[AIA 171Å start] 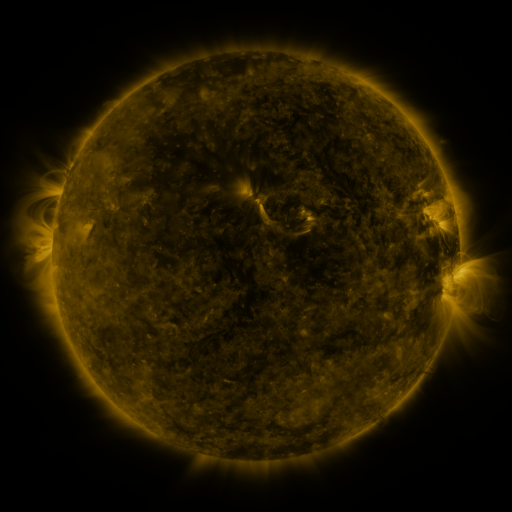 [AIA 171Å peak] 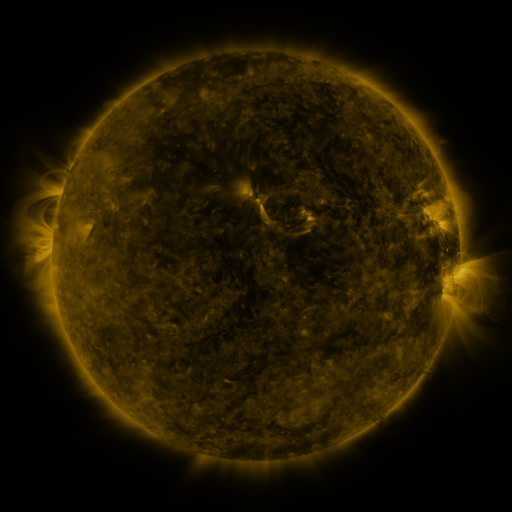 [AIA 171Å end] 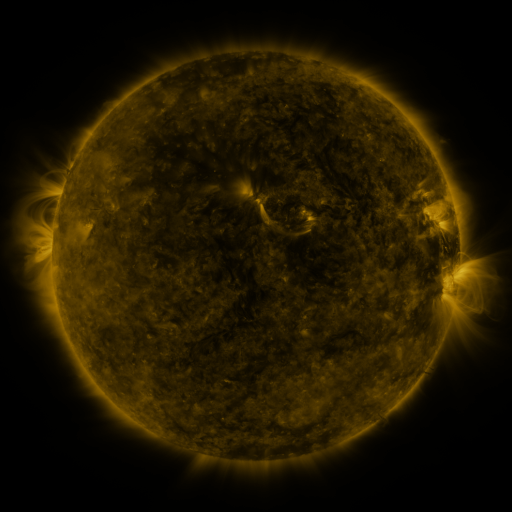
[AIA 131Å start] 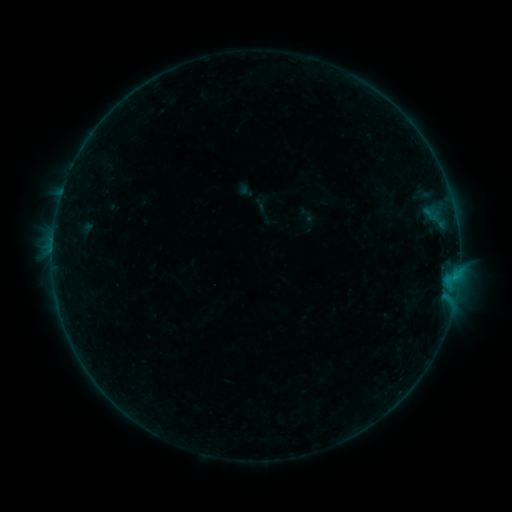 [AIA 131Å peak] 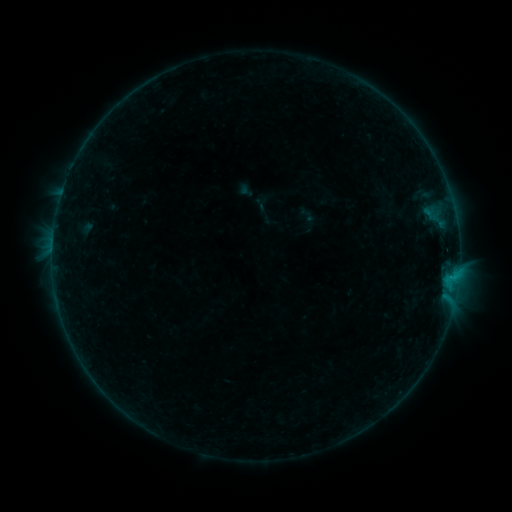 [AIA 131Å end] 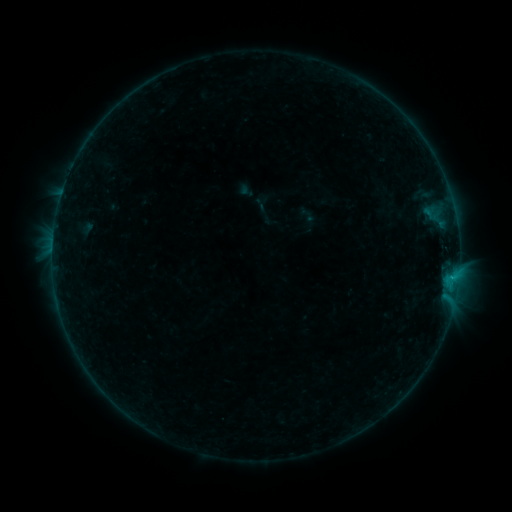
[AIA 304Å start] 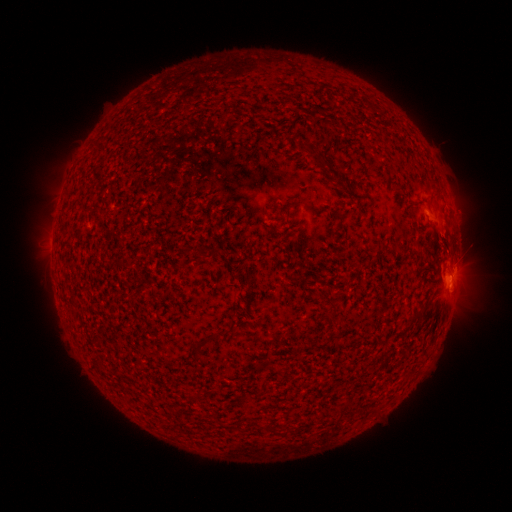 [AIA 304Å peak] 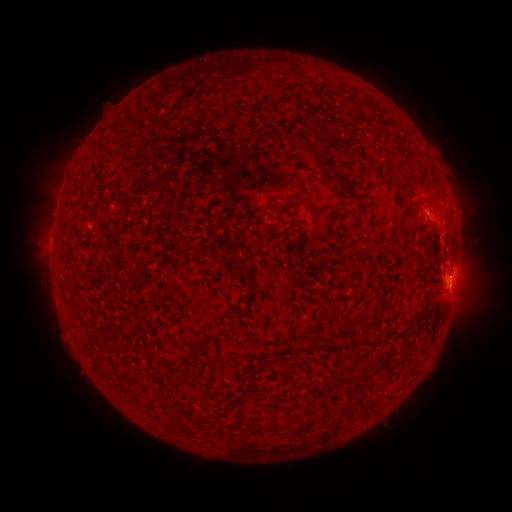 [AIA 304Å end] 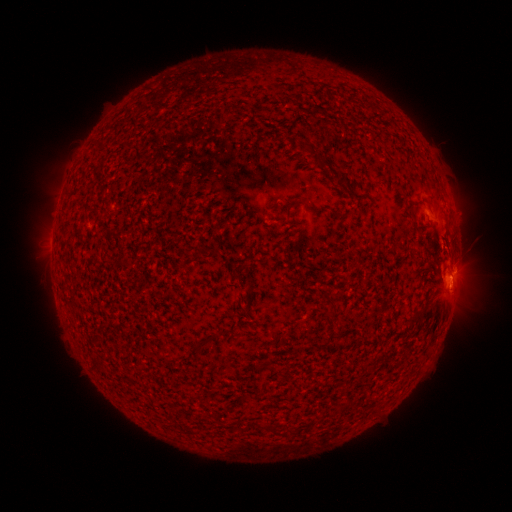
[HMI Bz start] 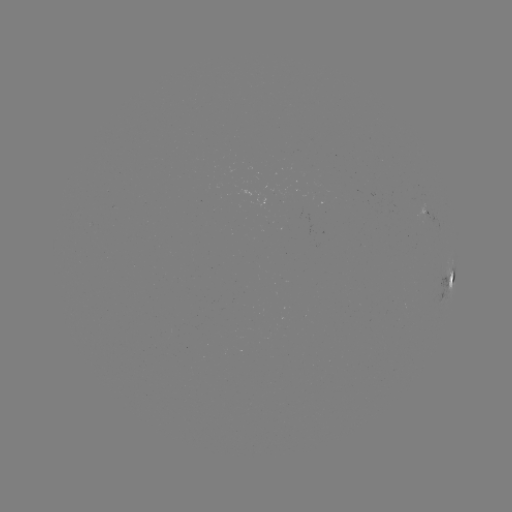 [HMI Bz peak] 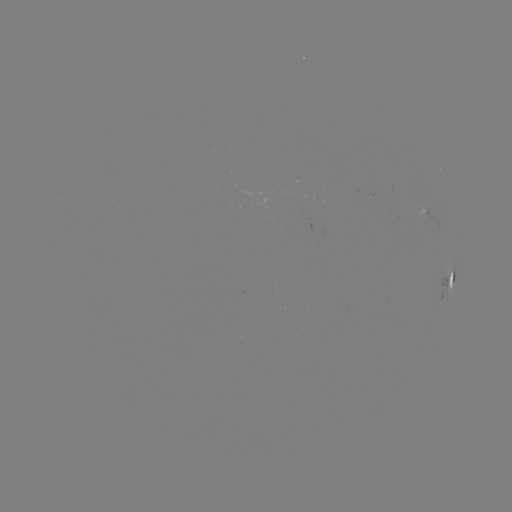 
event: flare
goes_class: B4.9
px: (451, 274)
